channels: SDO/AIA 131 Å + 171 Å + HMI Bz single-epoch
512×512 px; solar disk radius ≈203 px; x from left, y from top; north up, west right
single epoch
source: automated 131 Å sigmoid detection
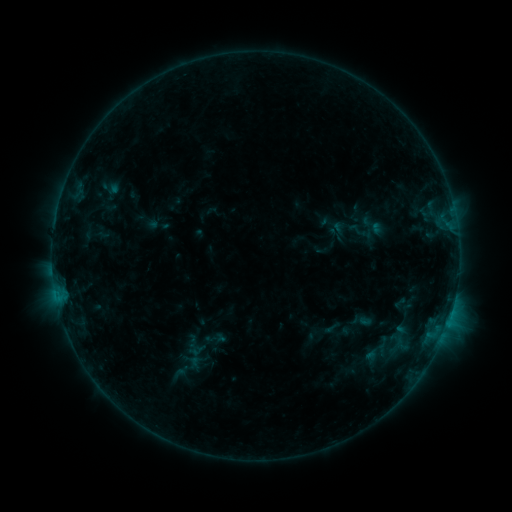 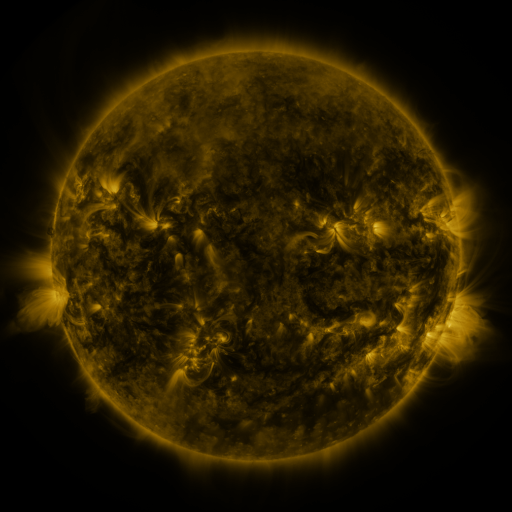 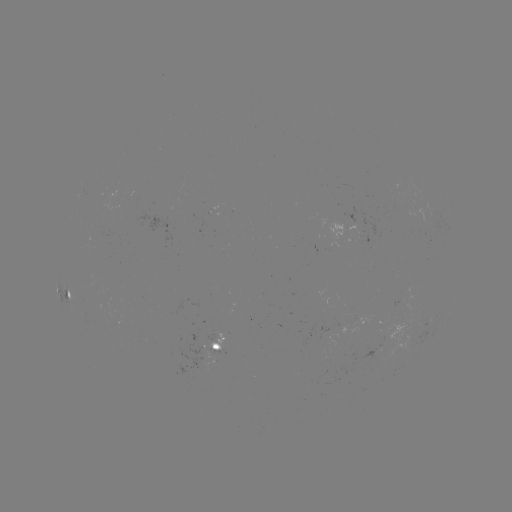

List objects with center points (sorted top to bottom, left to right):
sigmoid: (373, 226)
